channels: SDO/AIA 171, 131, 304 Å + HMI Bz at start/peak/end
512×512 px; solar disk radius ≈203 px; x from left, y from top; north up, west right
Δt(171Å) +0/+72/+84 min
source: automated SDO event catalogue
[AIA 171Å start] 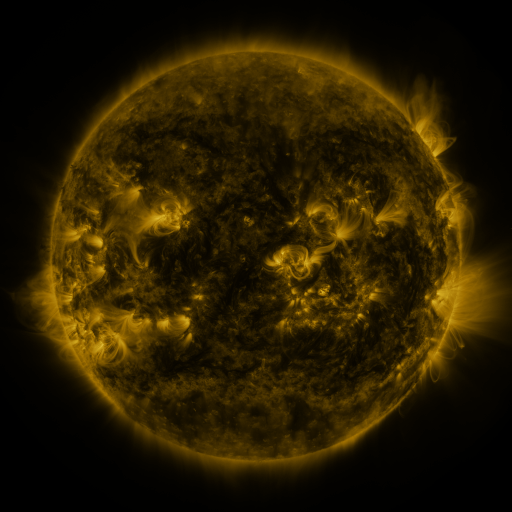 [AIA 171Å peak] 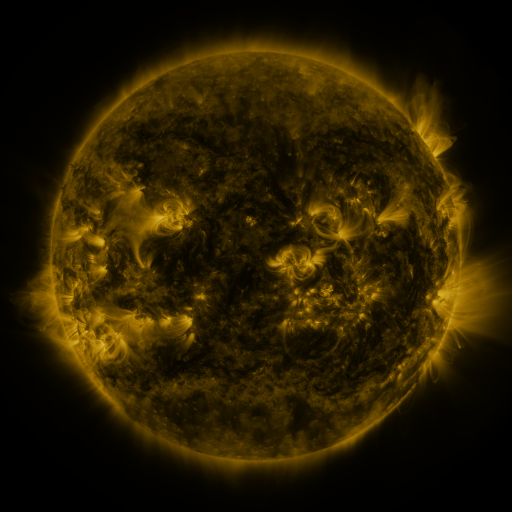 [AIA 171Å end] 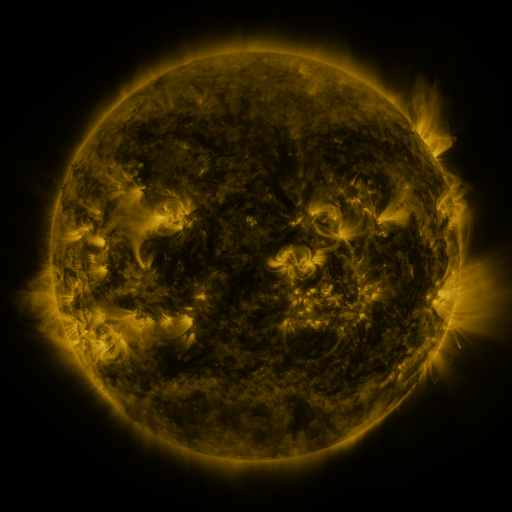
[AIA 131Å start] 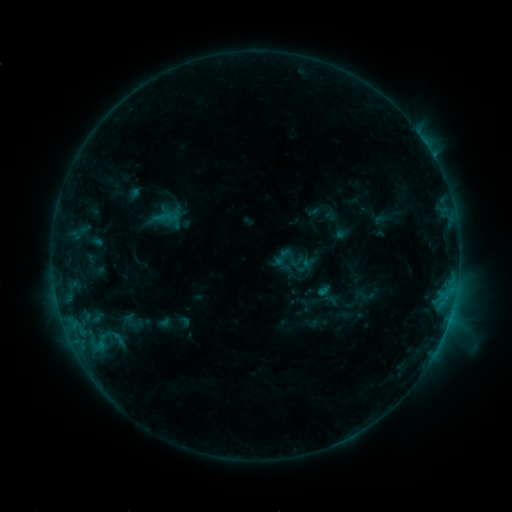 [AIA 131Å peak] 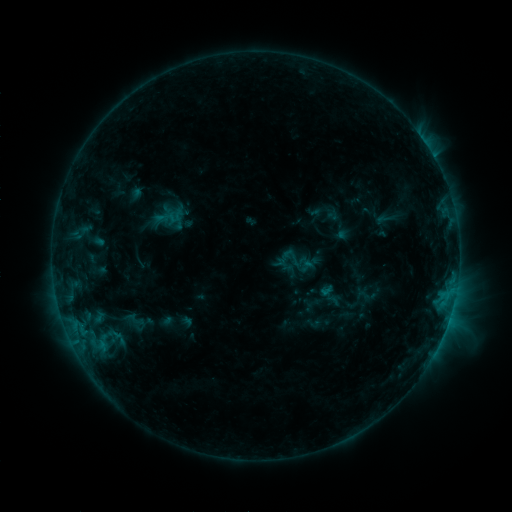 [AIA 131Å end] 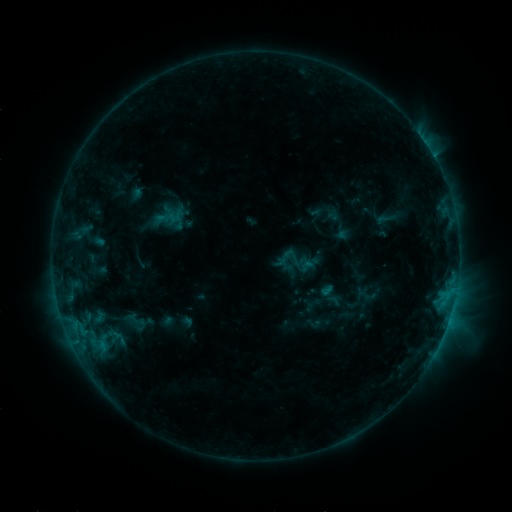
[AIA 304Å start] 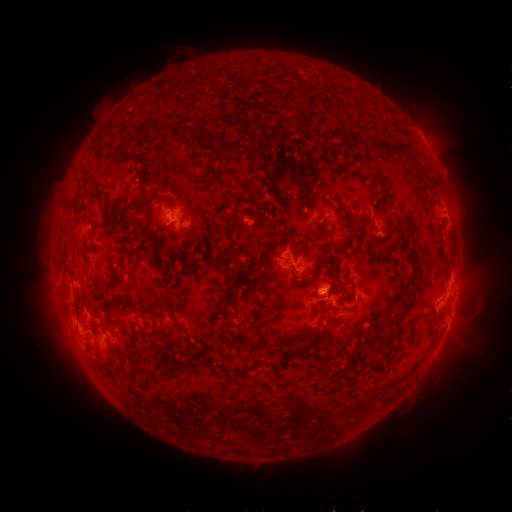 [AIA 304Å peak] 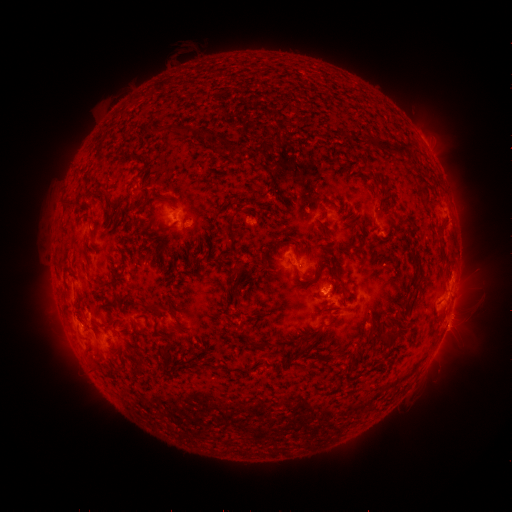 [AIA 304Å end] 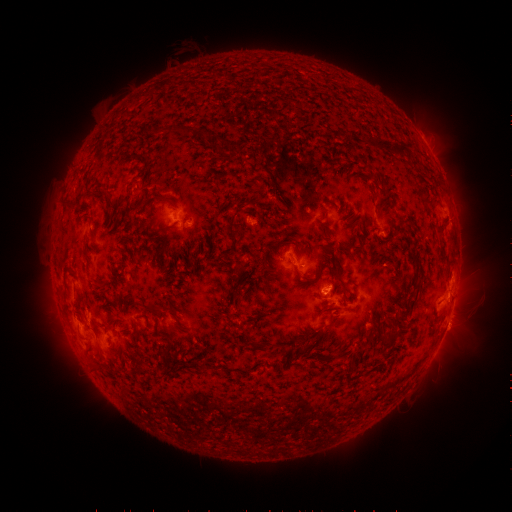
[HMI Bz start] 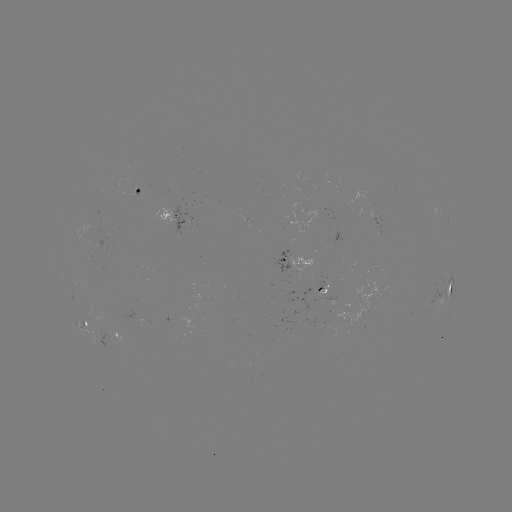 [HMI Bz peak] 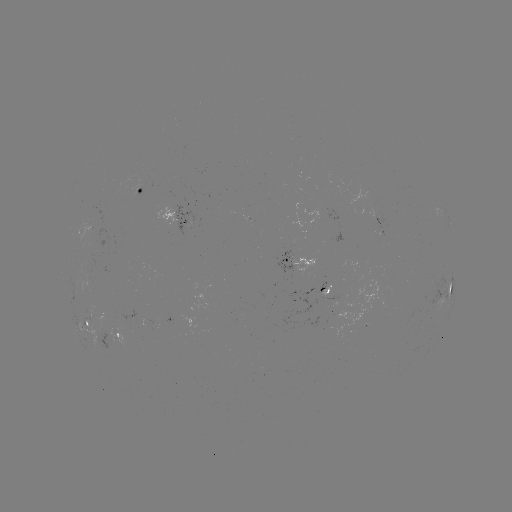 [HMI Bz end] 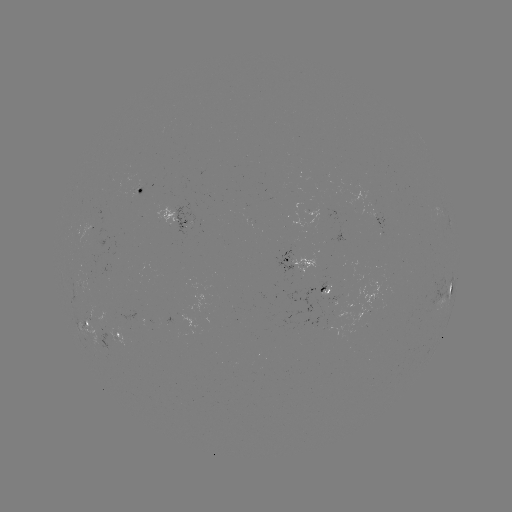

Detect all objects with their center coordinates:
emerging-flux region: (89, 230)
